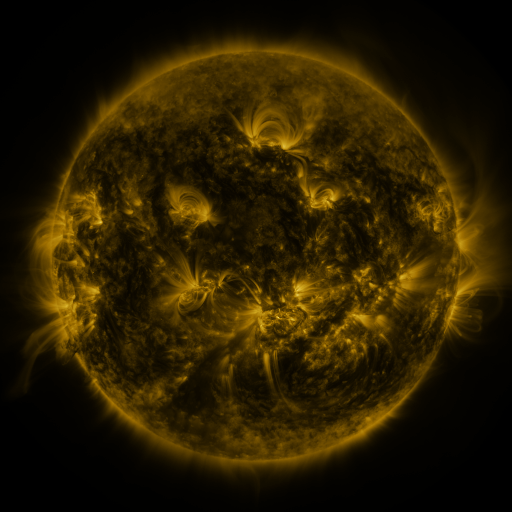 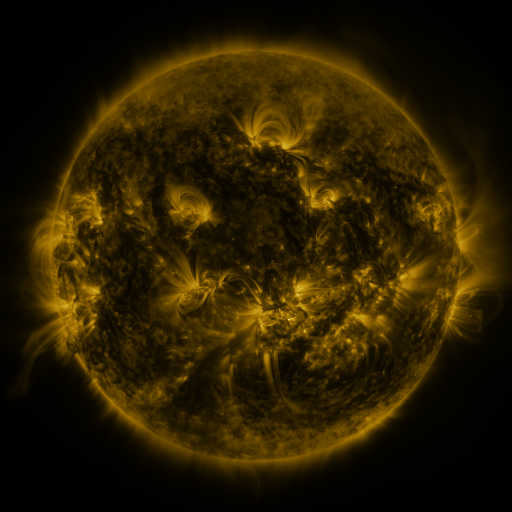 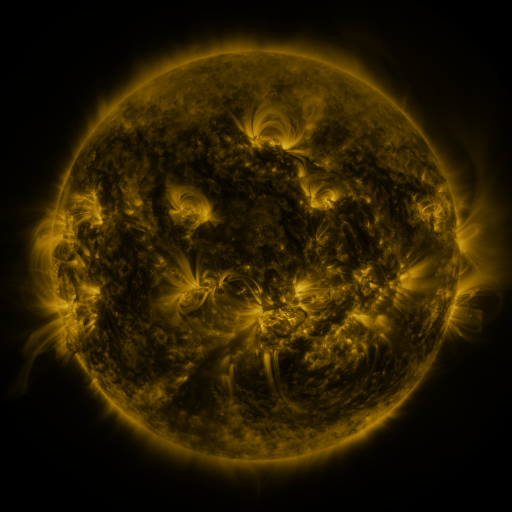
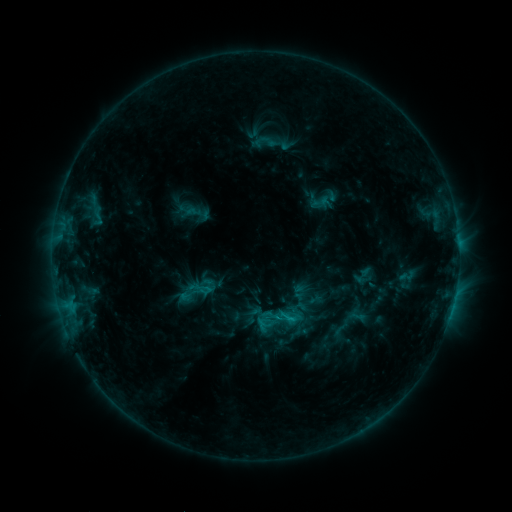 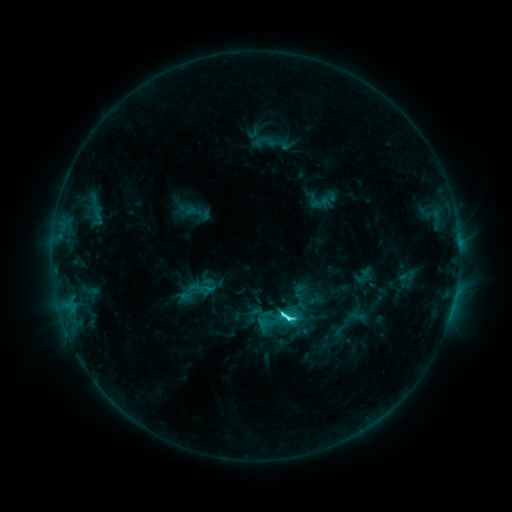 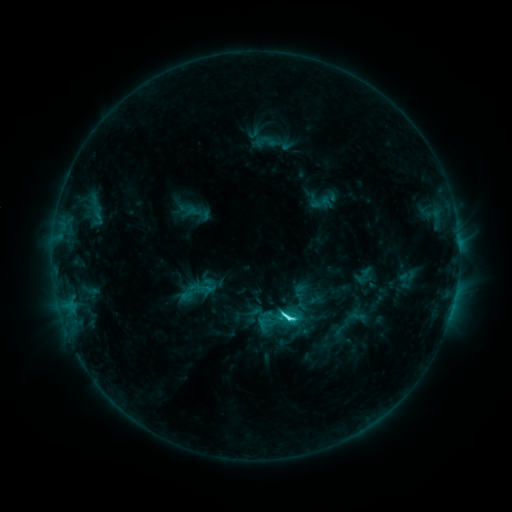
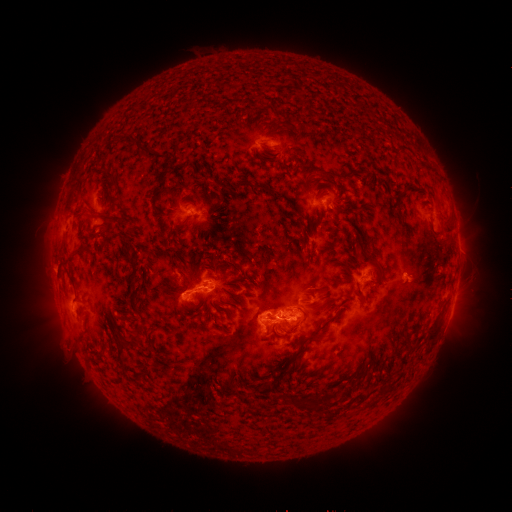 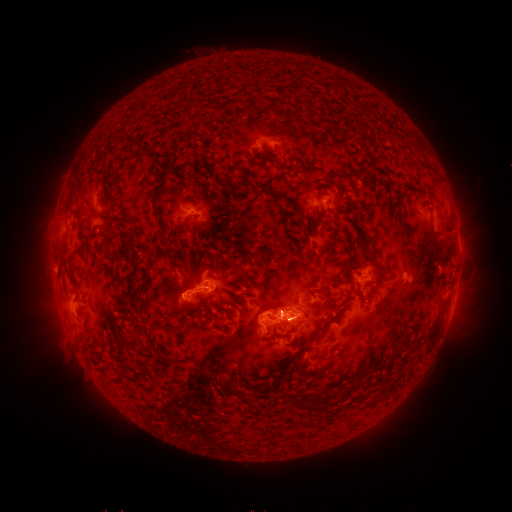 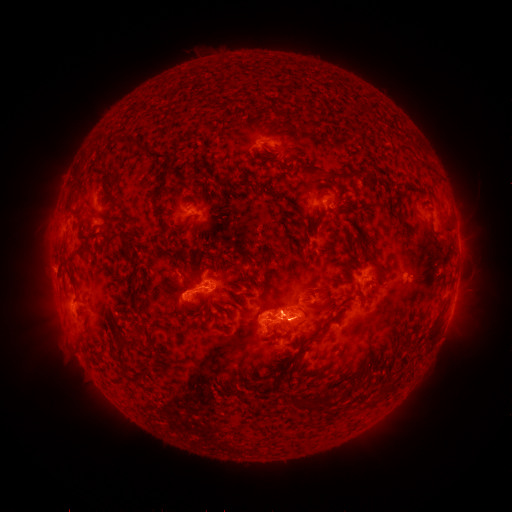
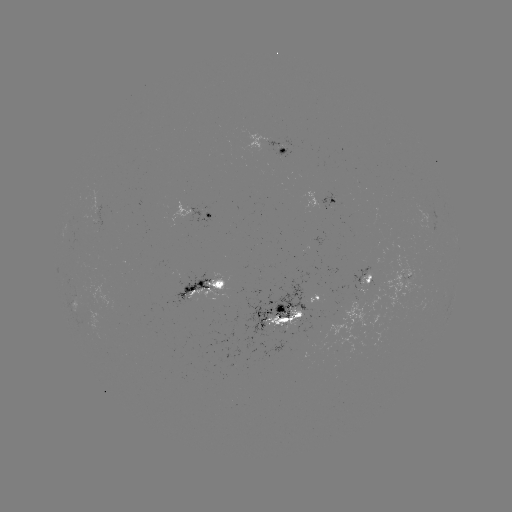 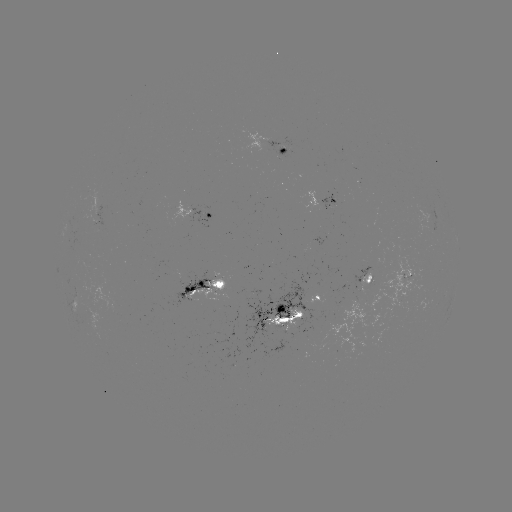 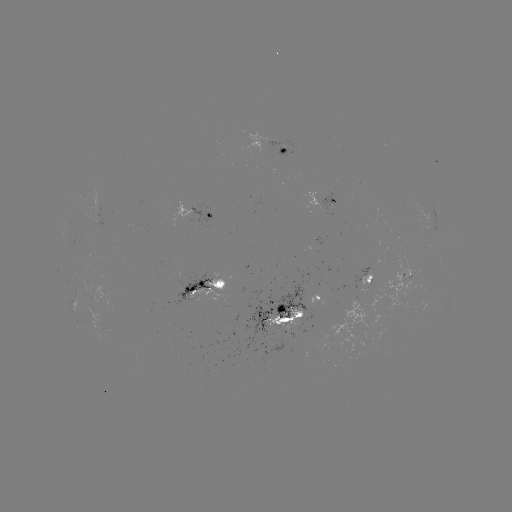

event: flare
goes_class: C5.6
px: (286, 318)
